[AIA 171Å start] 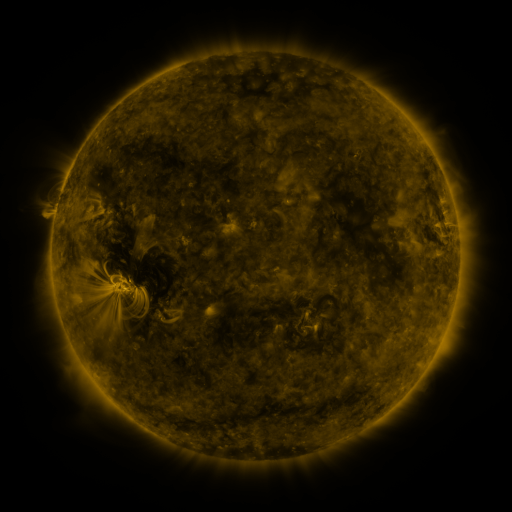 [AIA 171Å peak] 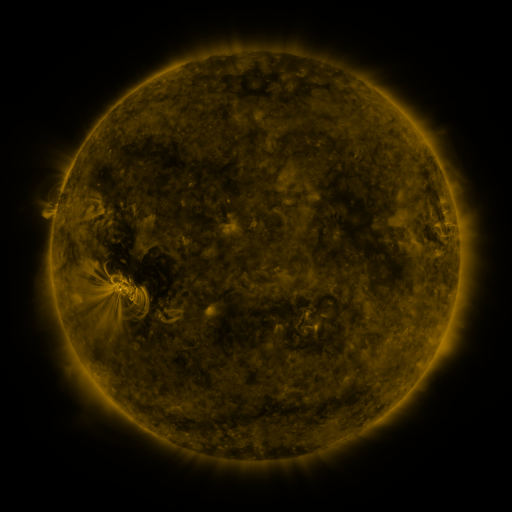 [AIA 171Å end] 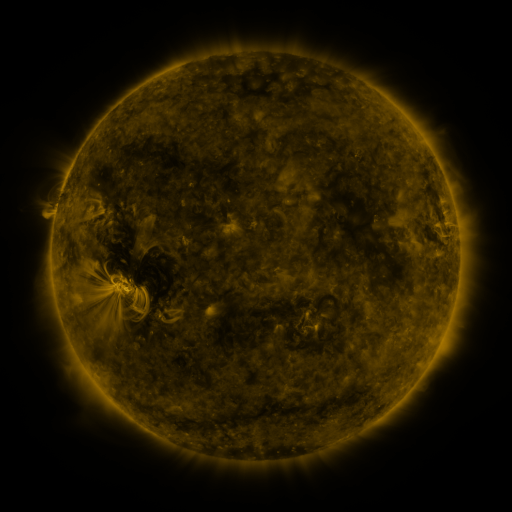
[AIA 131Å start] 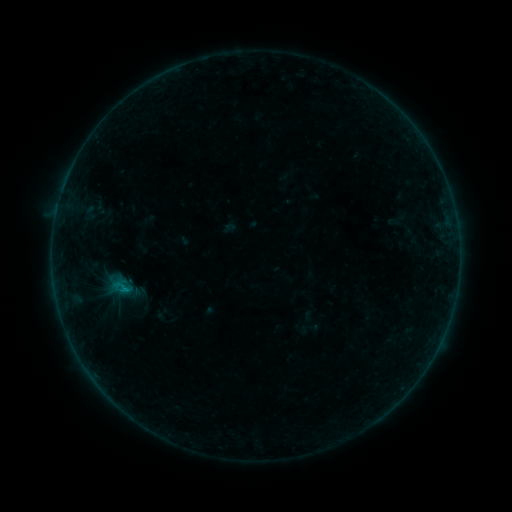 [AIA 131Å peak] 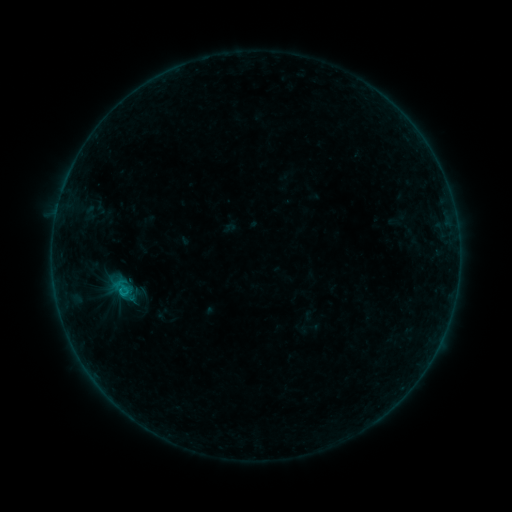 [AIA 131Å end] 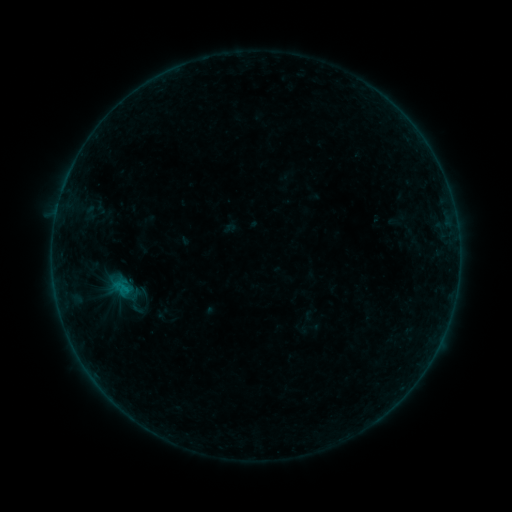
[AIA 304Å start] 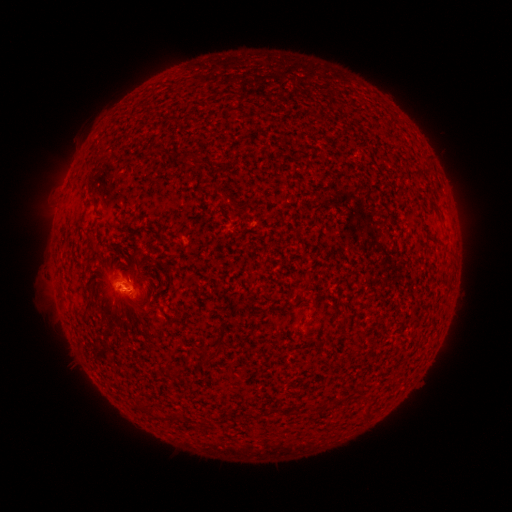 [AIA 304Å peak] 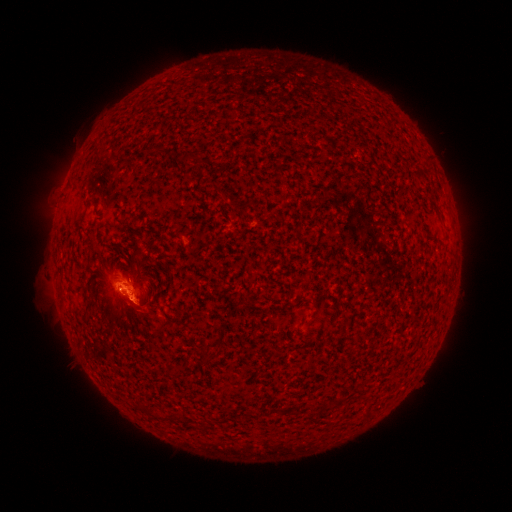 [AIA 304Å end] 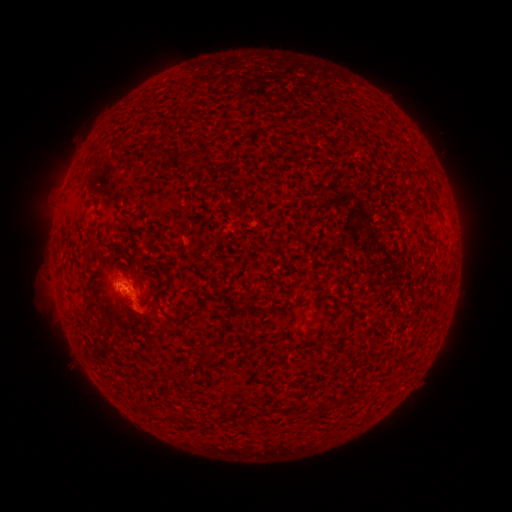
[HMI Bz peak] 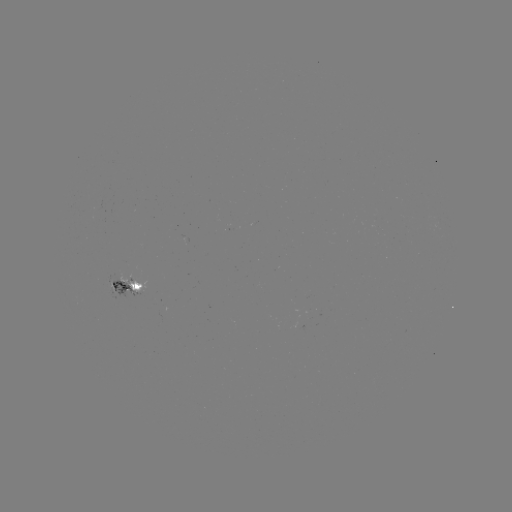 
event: flare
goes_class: B4.5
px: (126, 294)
